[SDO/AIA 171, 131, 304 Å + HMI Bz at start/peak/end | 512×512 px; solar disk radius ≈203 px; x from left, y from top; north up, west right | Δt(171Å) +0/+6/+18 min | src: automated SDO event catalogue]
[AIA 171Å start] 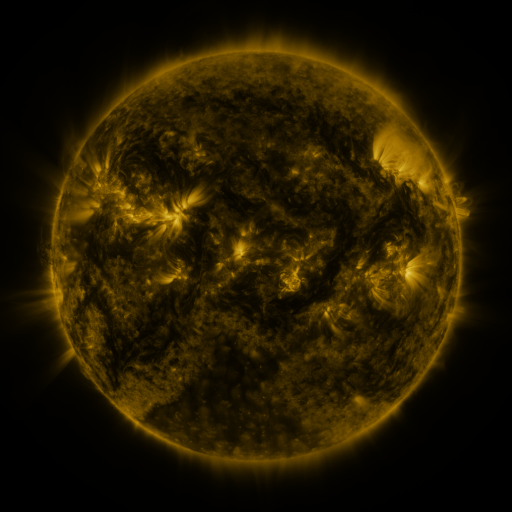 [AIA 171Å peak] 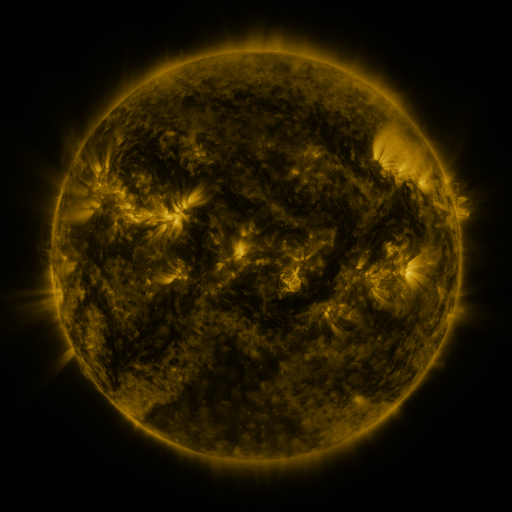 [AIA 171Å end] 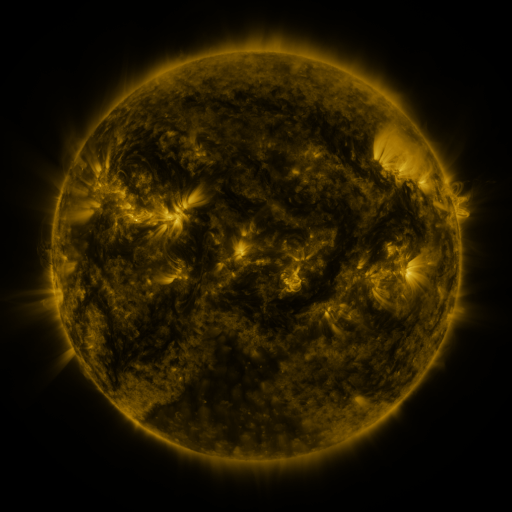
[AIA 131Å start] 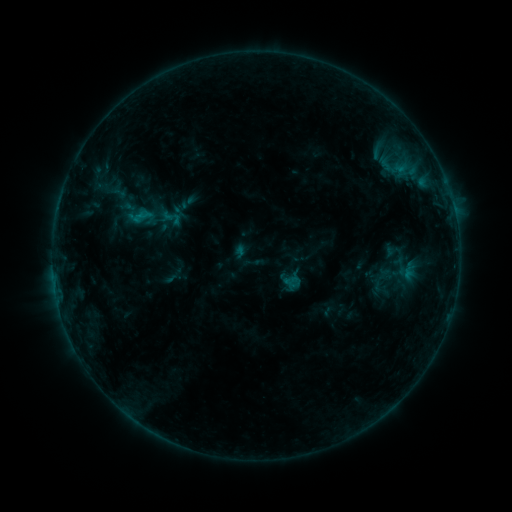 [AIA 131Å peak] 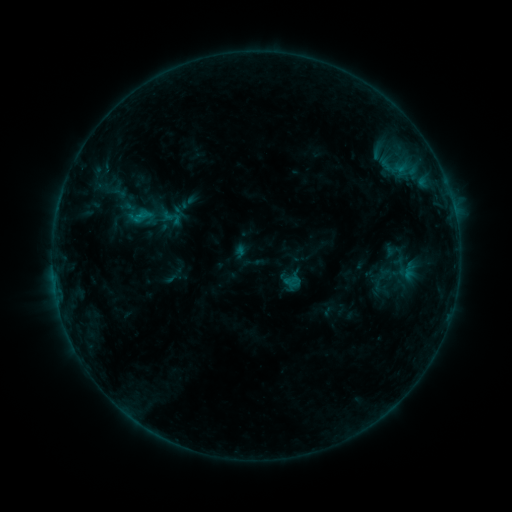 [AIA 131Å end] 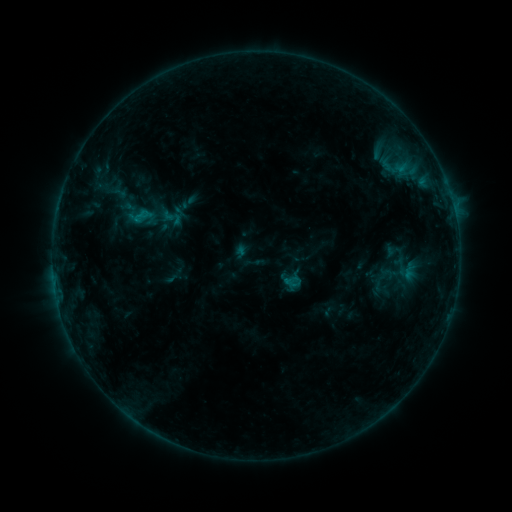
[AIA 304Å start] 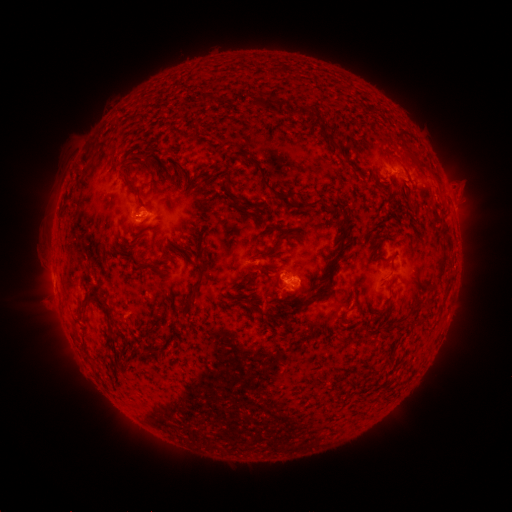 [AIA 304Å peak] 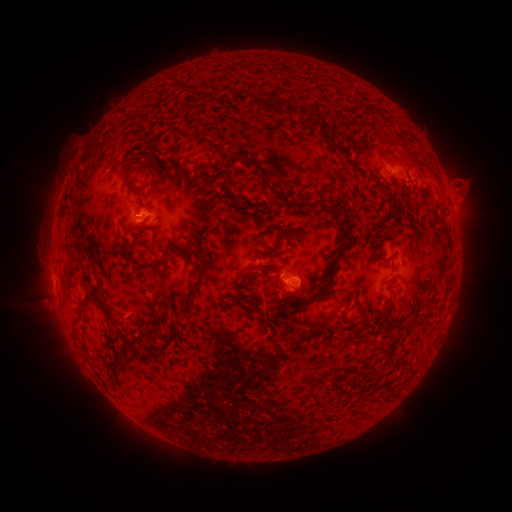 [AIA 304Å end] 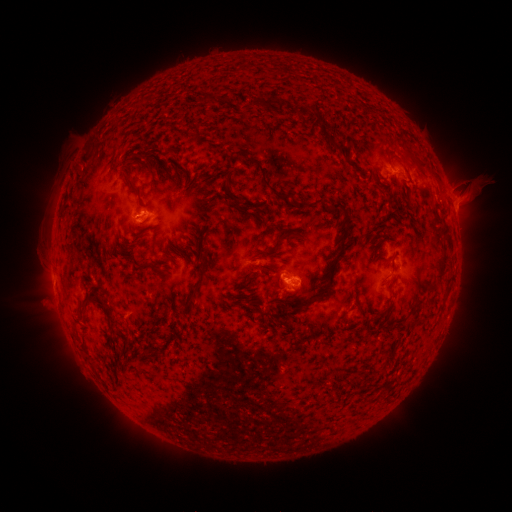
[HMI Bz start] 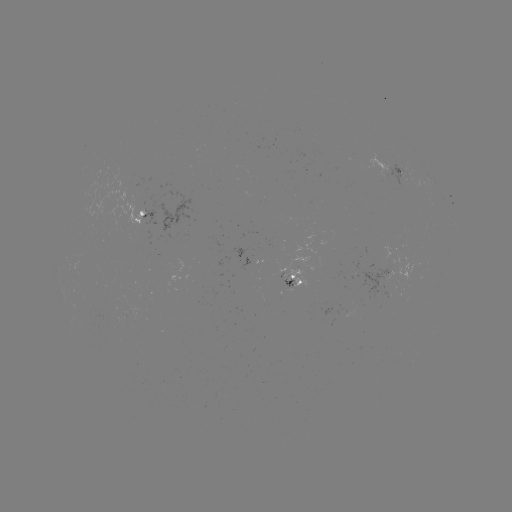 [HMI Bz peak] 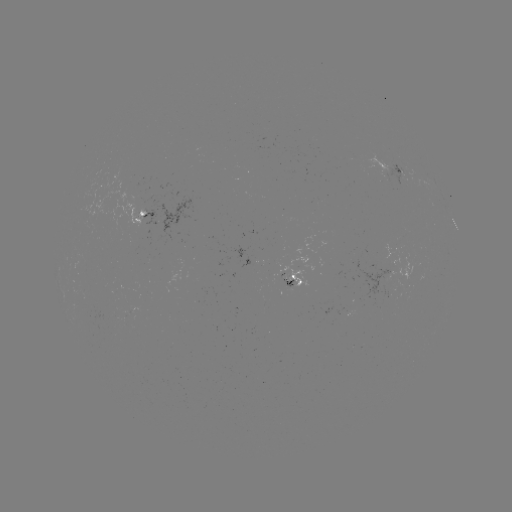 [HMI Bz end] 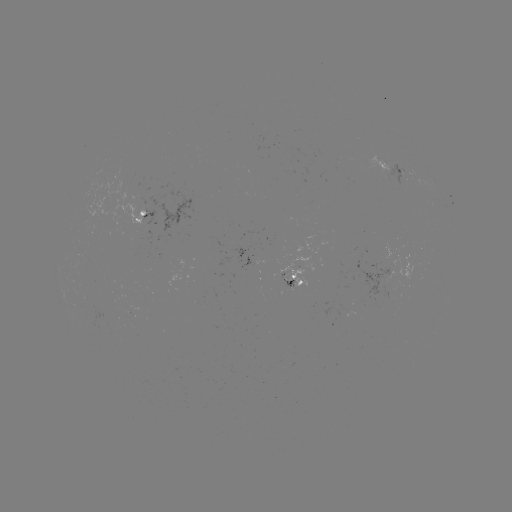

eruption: (439, 164, 491, 219)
